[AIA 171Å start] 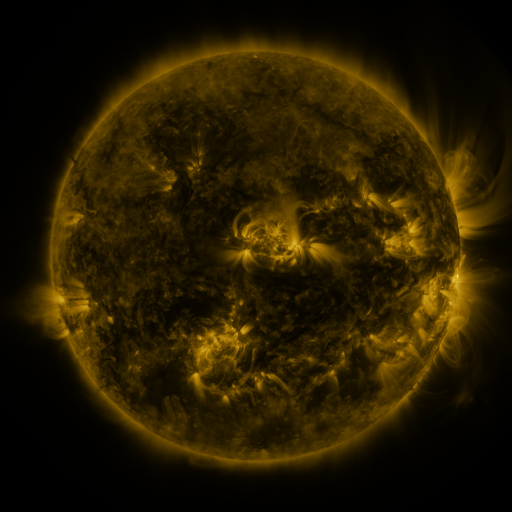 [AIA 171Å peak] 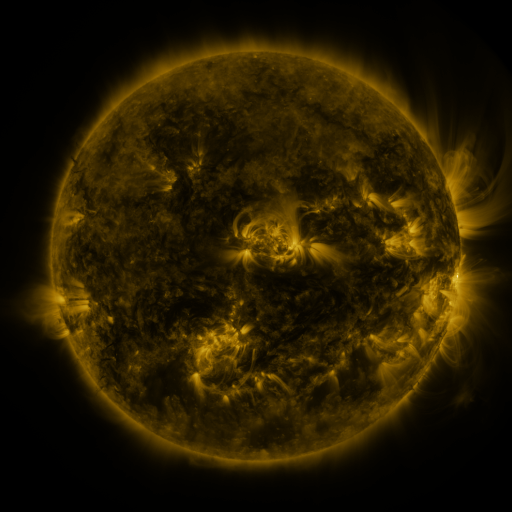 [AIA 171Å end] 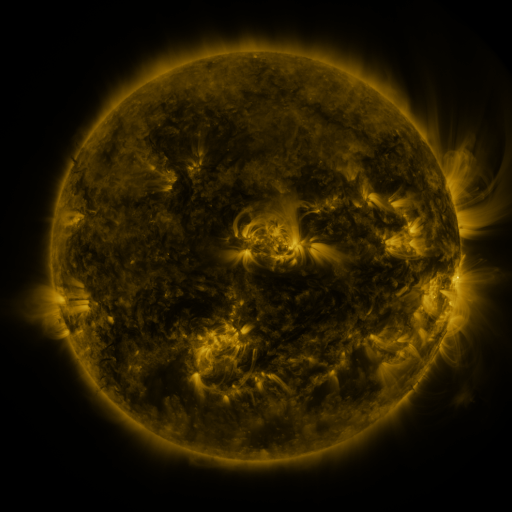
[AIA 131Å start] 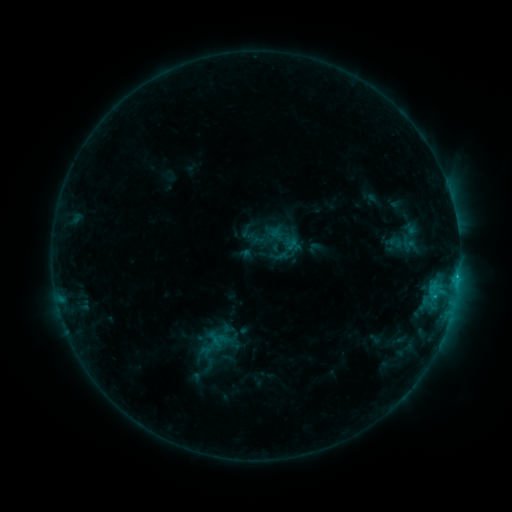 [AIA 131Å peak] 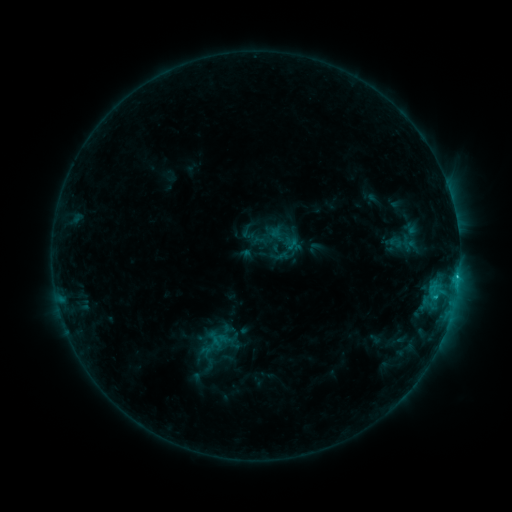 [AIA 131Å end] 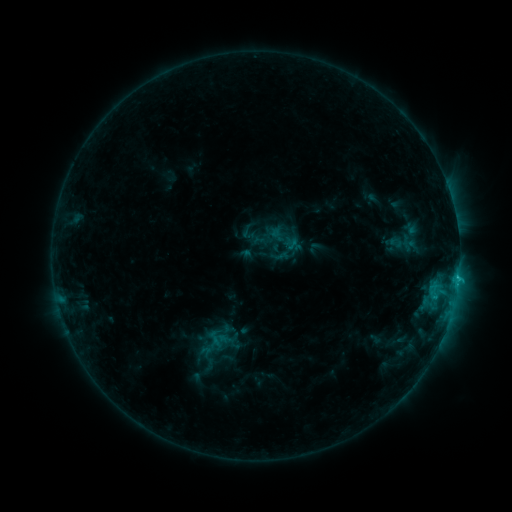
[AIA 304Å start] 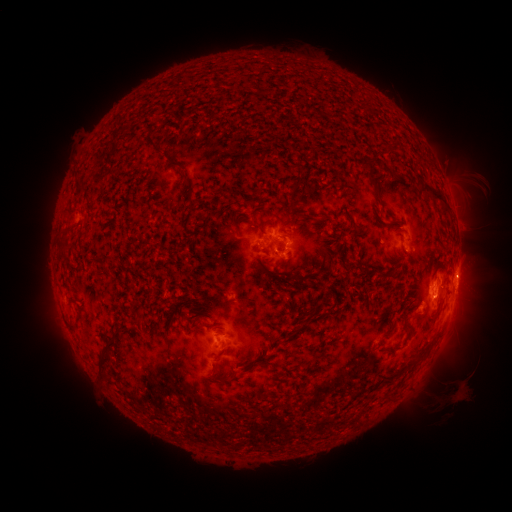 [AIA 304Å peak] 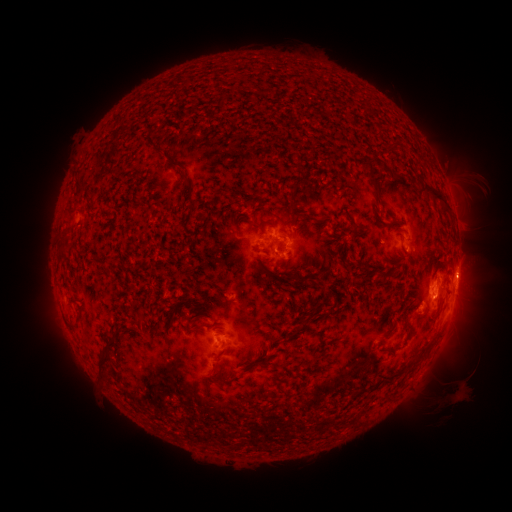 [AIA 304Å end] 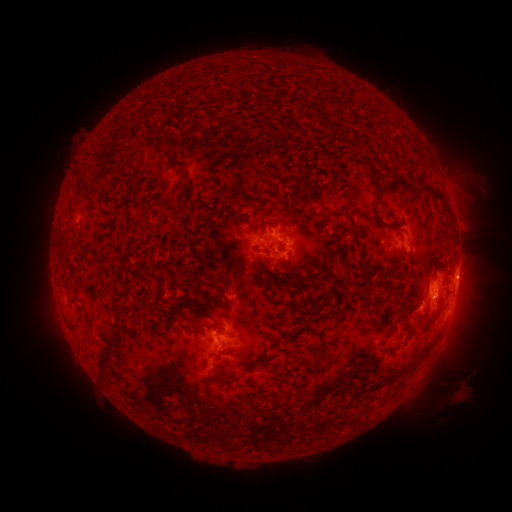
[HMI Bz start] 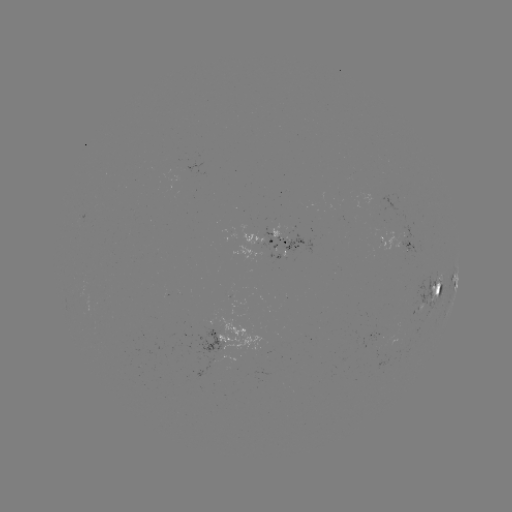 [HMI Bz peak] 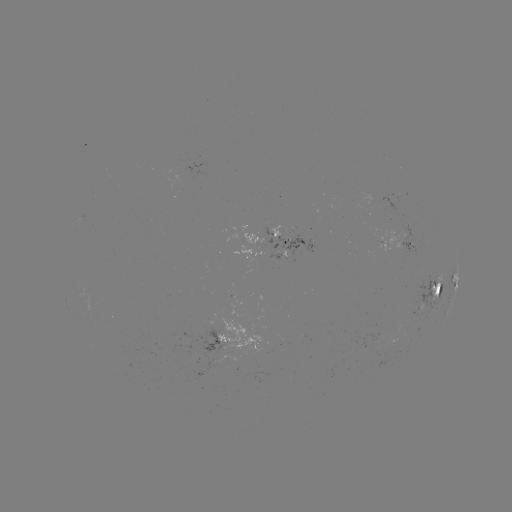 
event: flare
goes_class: C1.7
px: (457, 274)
